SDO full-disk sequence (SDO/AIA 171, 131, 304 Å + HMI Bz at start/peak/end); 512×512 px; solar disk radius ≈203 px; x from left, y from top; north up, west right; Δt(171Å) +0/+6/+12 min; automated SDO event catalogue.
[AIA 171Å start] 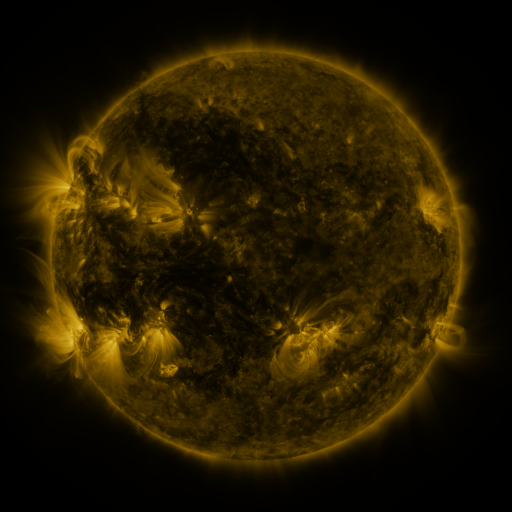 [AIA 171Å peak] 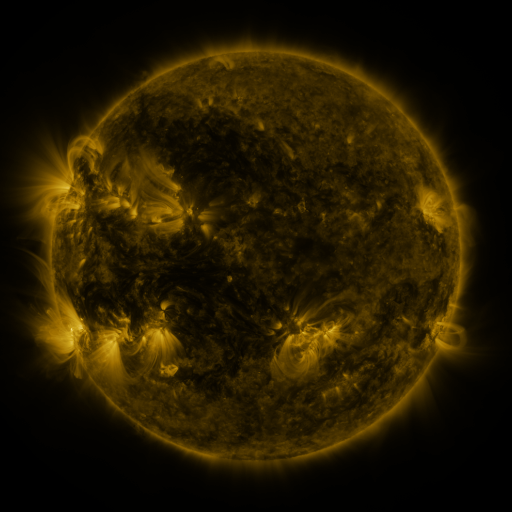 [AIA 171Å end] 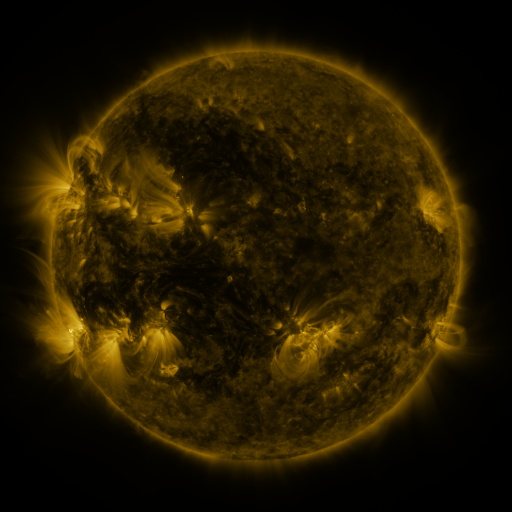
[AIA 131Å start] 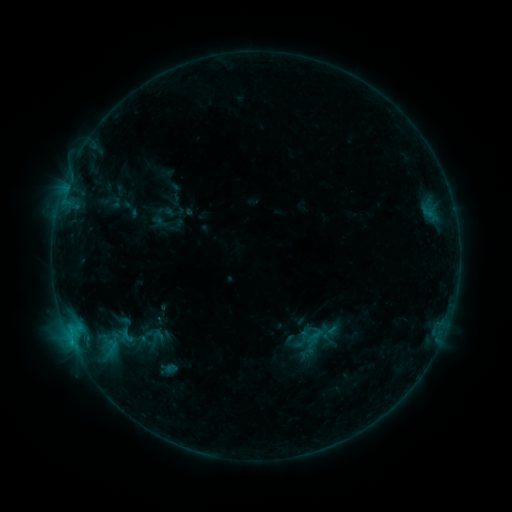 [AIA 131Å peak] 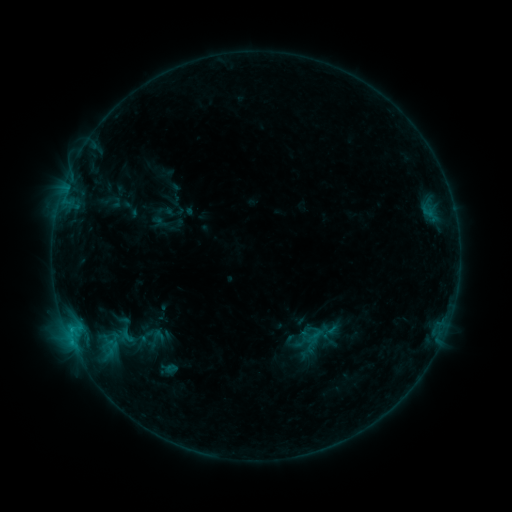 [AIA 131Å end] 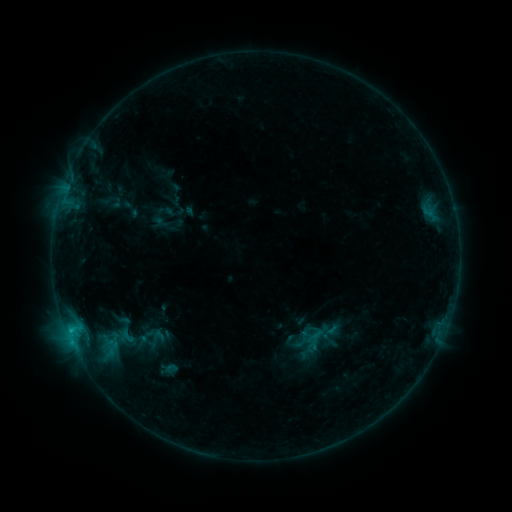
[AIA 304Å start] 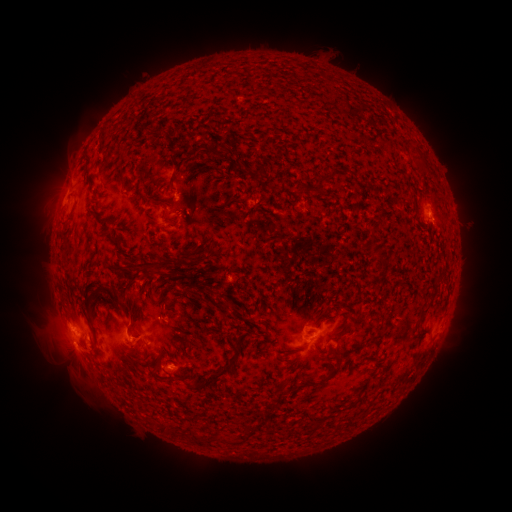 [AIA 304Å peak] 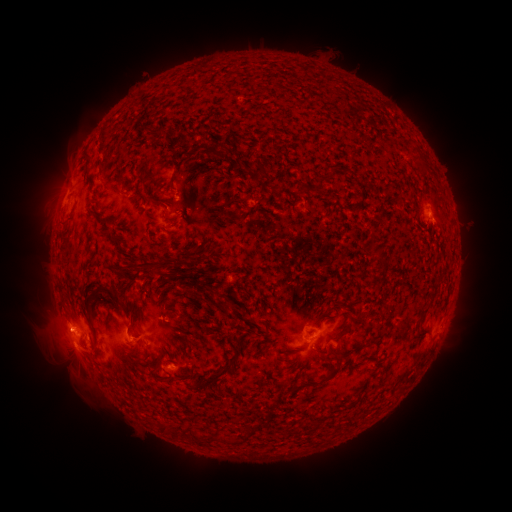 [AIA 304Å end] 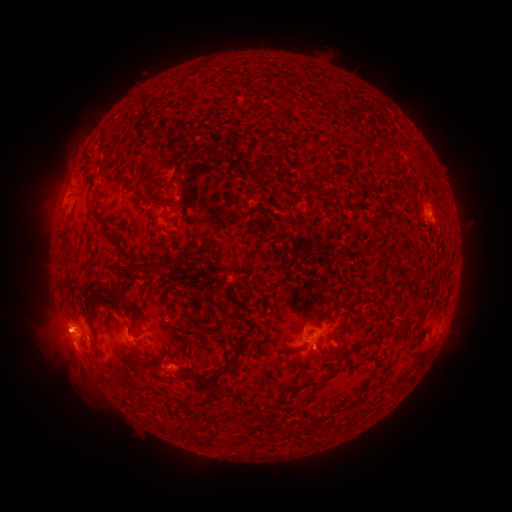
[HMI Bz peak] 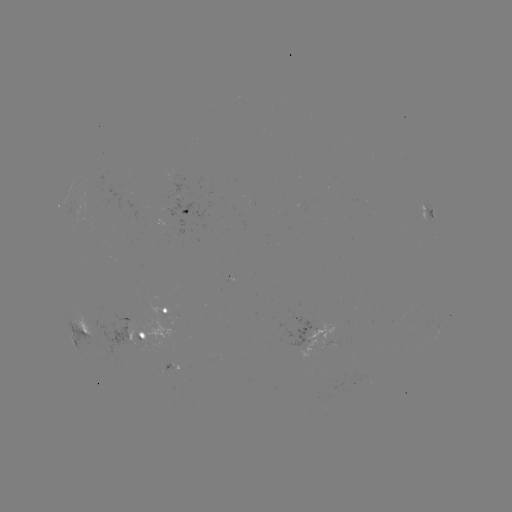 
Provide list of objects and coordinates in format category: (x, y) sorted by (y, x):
eruption: (58, 329)
